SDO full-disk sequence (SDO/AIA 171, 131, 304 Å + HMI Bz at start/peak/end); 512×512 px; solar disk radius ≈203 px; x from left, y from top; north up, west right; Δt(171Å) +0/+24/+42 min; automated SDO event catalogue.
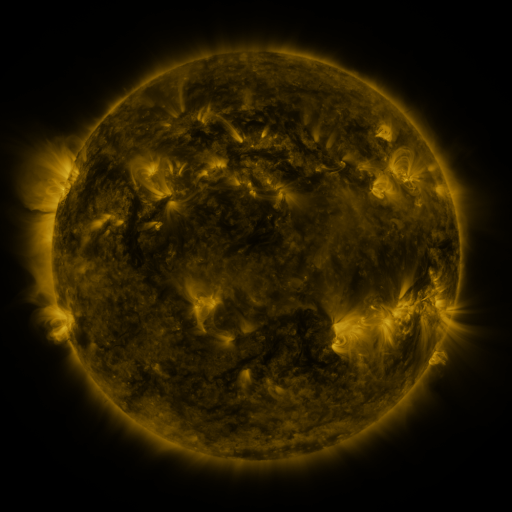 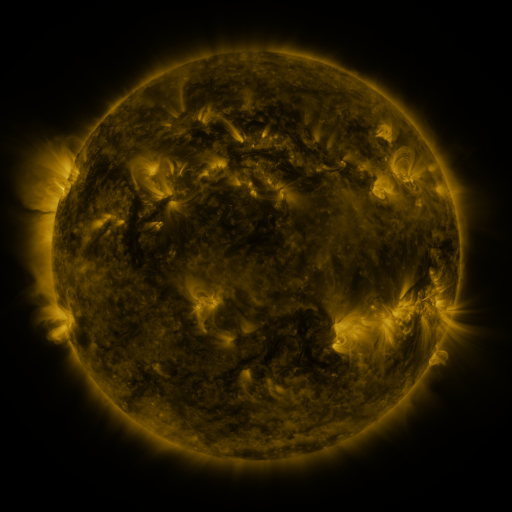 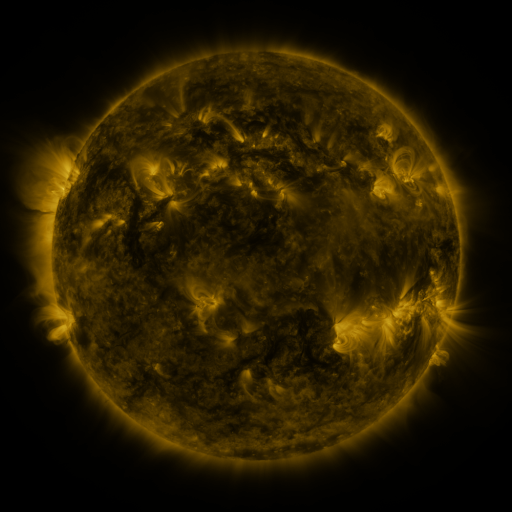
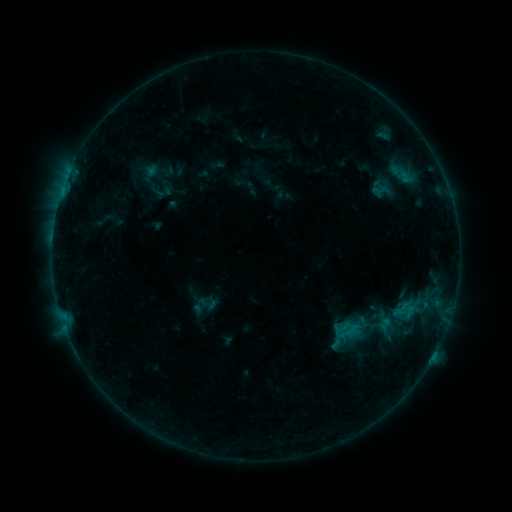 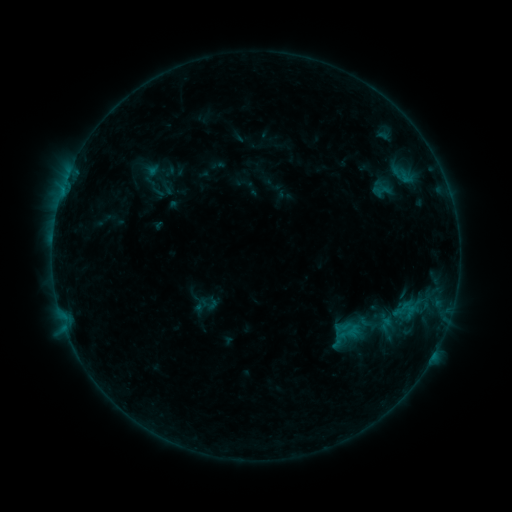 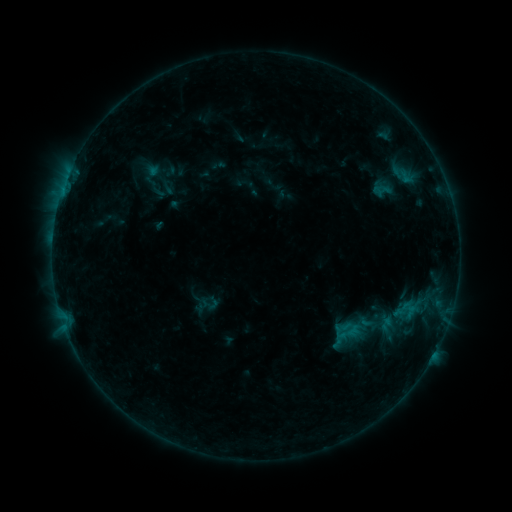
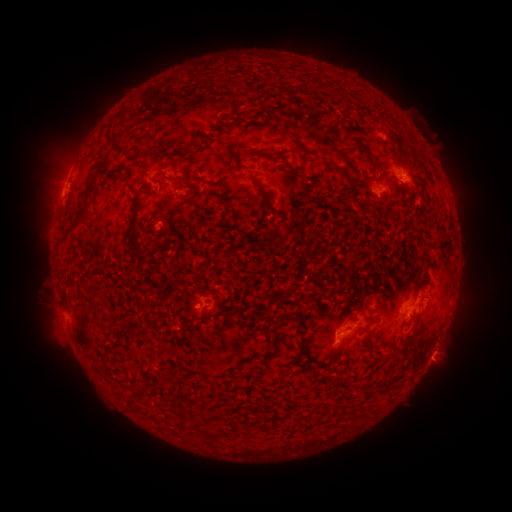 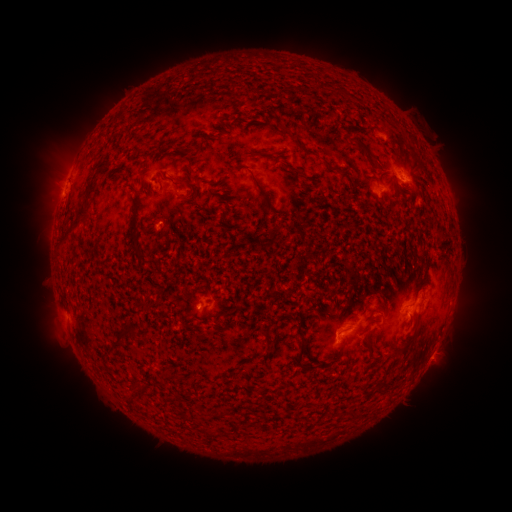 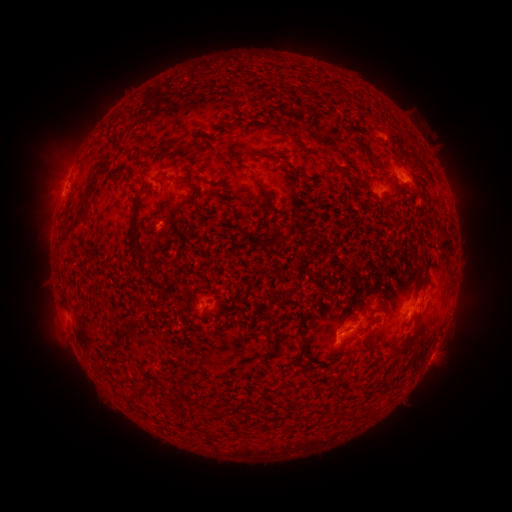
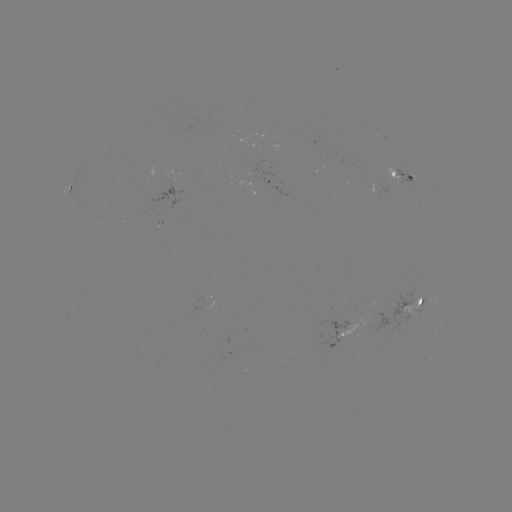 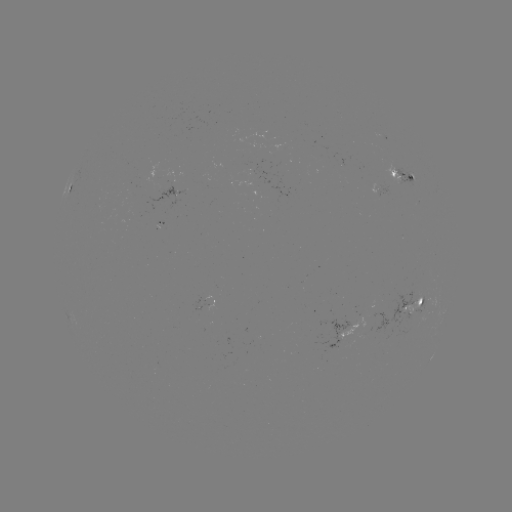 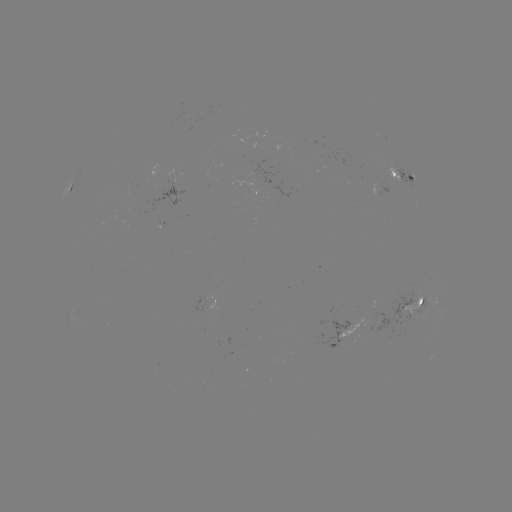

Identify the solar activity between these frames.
no catalogued flare and no flagged EUV brightening in this window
